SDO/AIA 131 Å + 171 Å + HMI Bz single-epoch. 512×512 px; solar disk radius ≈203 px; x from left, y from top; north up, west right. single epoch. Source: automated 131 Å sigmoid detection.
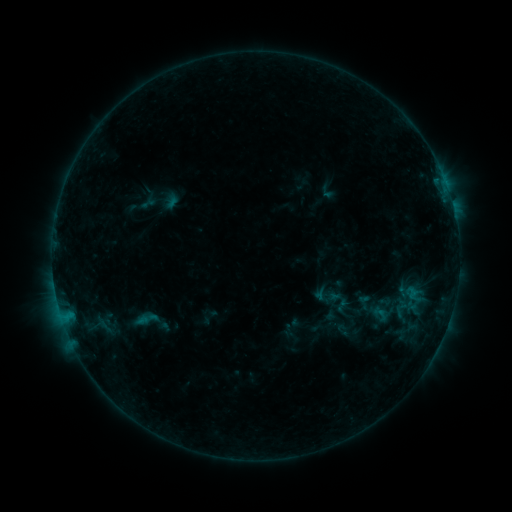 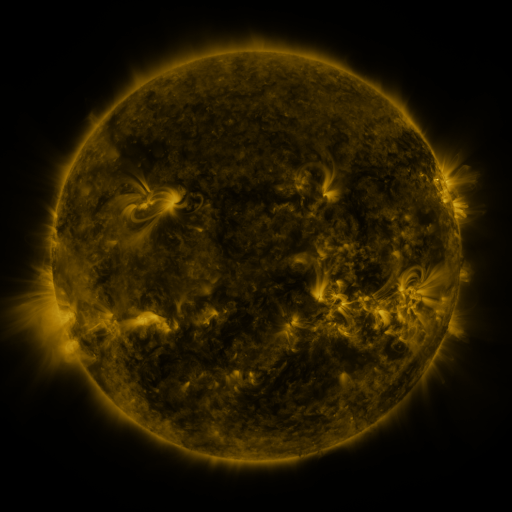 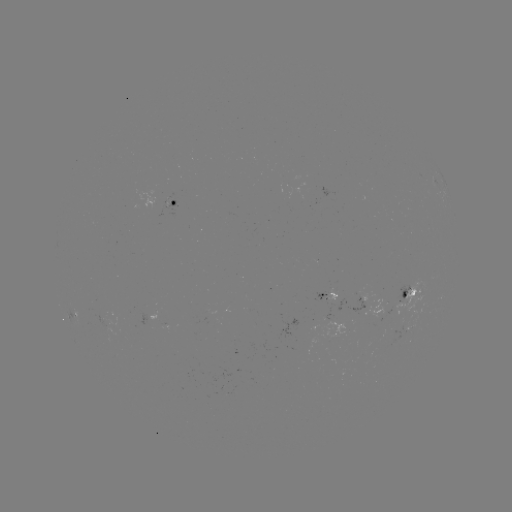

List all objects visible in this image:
sigmoid: (332, 299)
